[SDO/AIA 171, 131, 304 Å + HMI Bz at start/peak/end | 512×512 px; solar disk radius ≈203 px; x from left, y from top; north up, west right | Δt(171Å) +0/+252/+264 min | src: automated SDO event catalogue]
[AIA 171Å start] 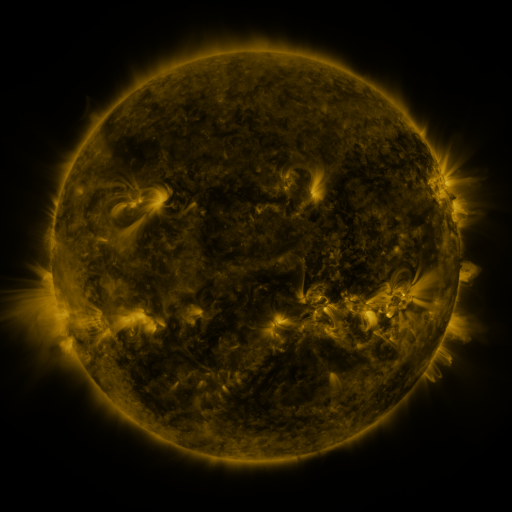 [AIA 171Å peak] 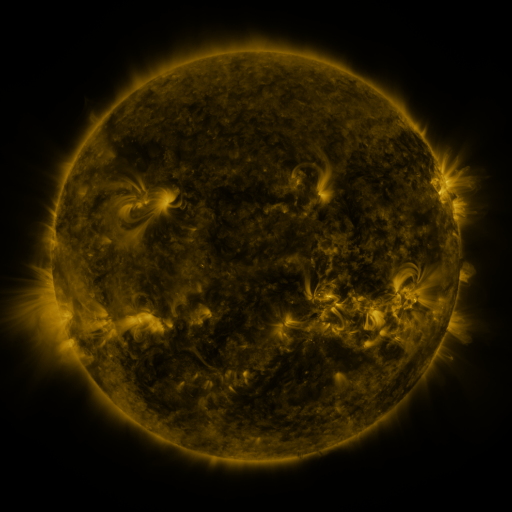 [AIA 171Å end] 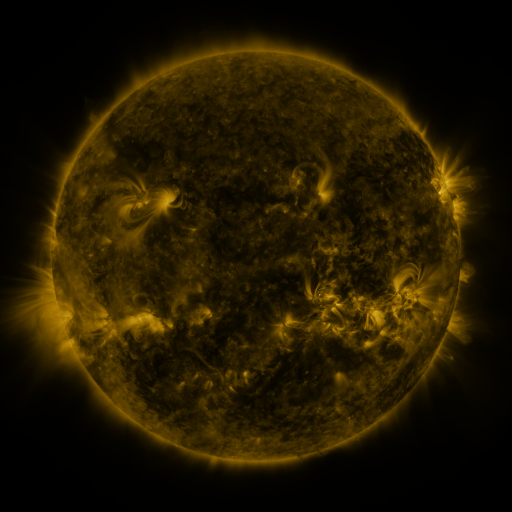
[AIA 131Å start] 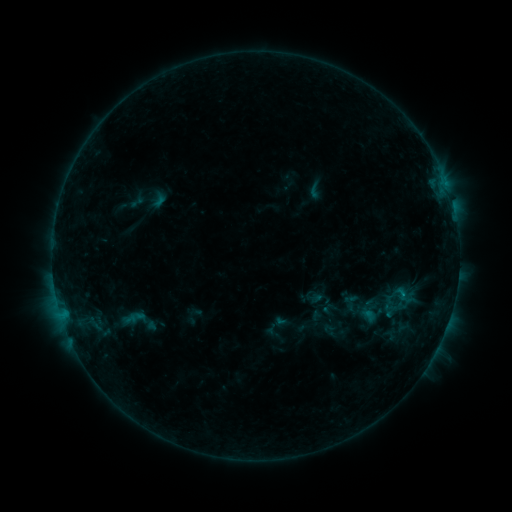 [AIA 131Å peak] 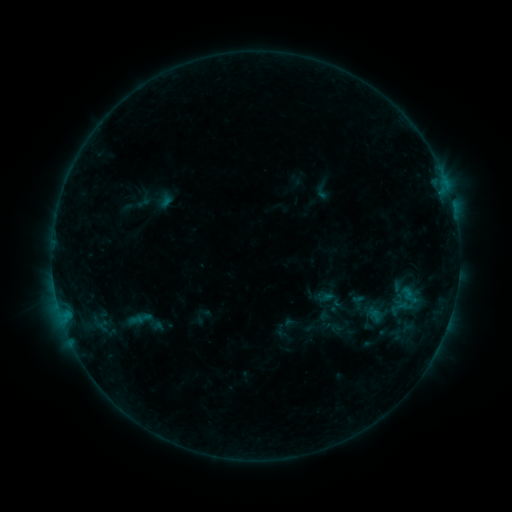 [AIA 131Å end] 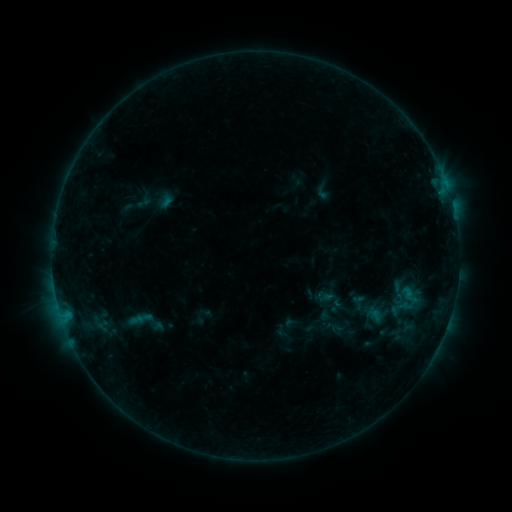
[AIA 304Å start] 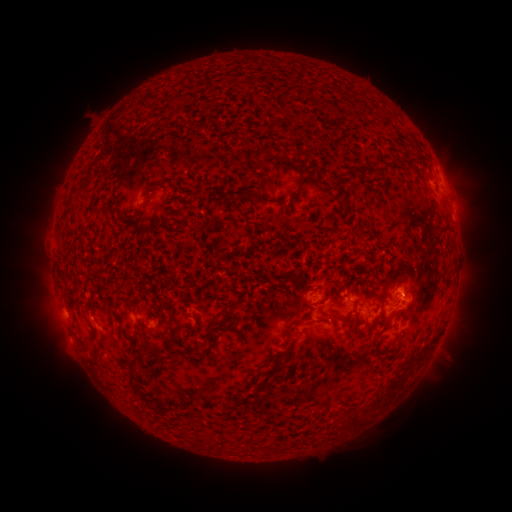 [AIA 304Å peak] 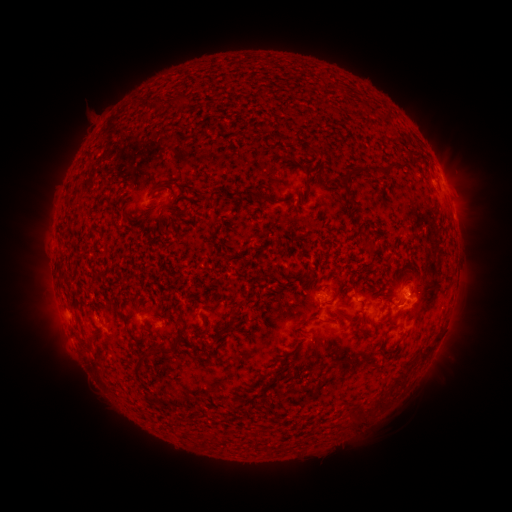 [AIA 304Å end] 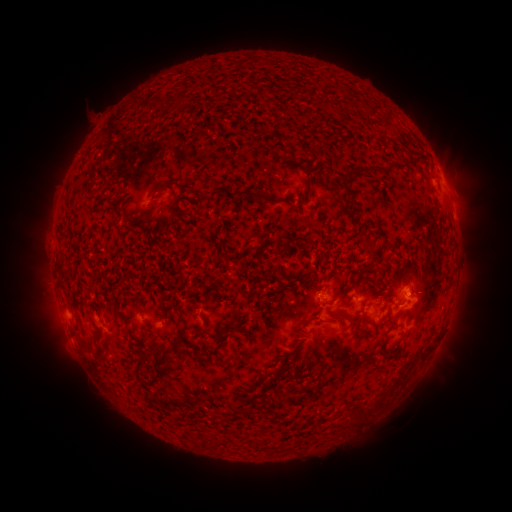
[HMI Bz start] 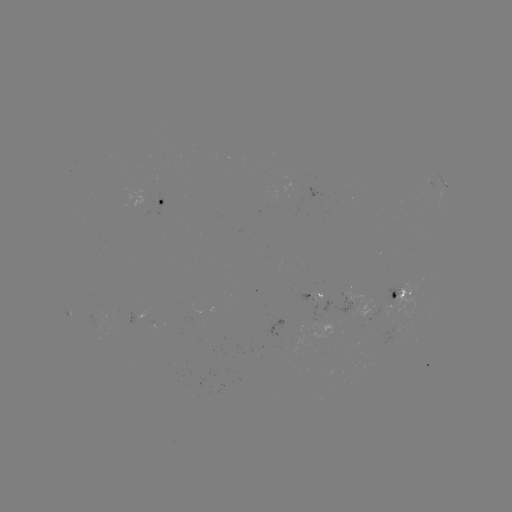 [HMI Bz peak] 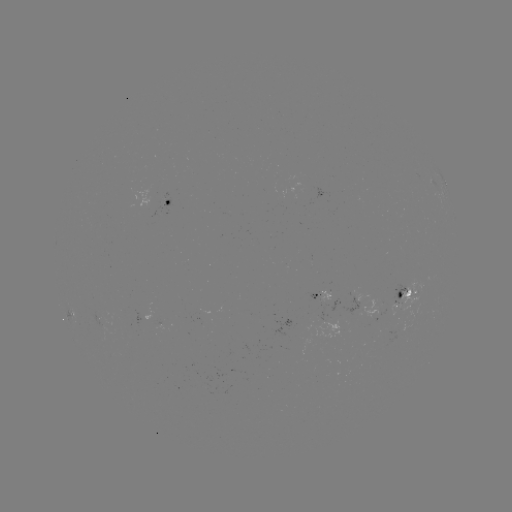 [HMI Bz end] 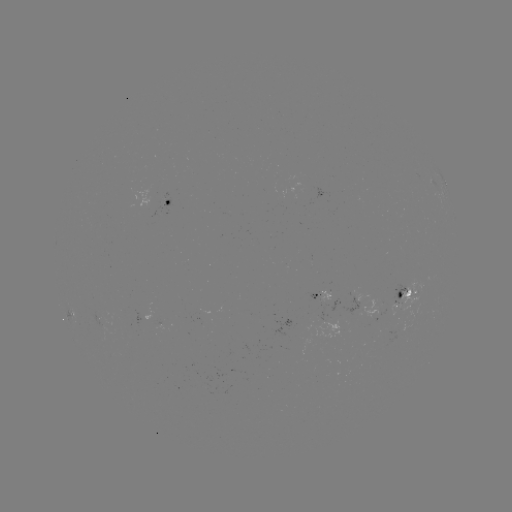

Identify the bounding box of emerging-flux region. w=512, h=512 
[321, 288, 329, 298].